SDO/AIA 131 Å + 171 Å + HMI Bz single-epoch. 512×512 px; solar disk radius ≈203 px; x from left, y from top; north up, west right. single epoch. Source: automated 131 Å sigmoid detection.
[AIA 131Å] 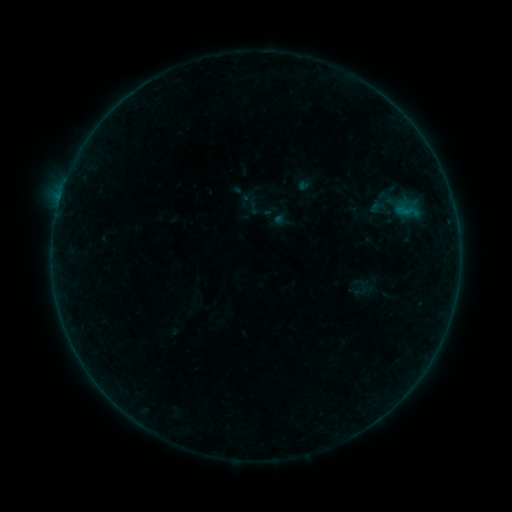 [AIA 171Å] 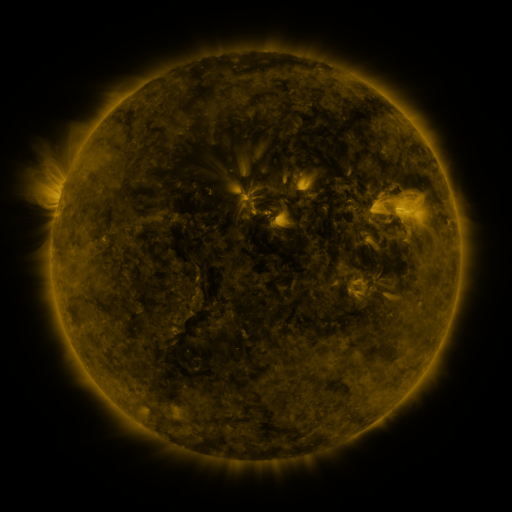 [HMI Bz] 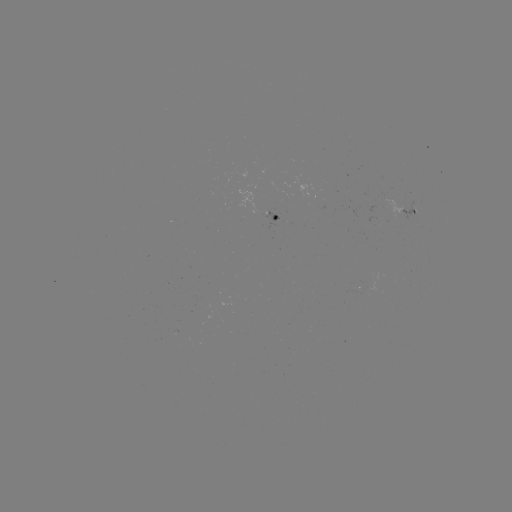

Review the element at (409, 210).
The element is sigmoid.